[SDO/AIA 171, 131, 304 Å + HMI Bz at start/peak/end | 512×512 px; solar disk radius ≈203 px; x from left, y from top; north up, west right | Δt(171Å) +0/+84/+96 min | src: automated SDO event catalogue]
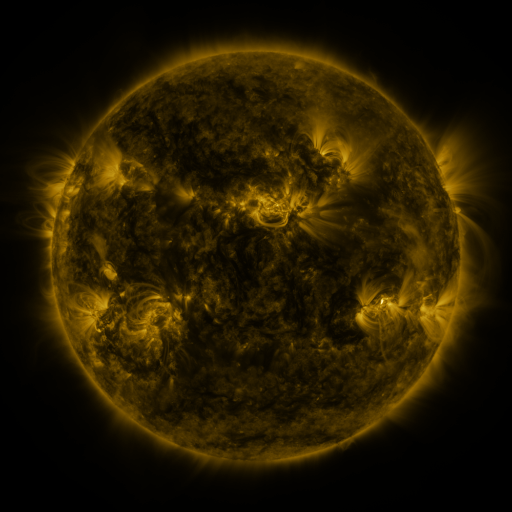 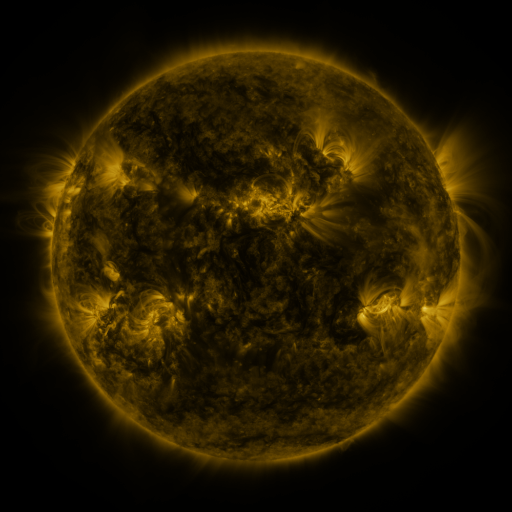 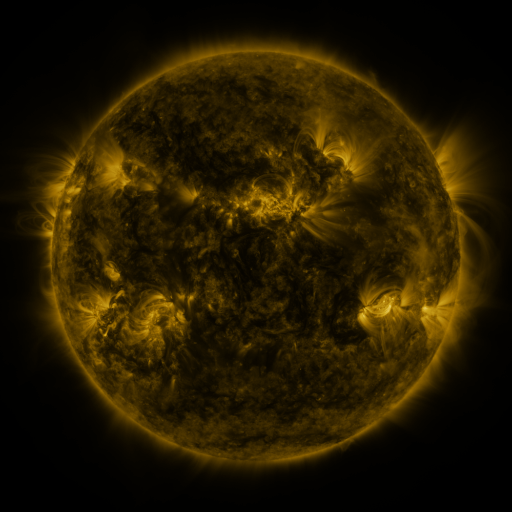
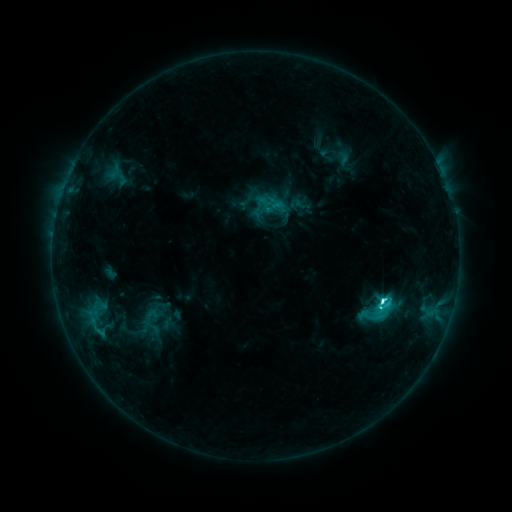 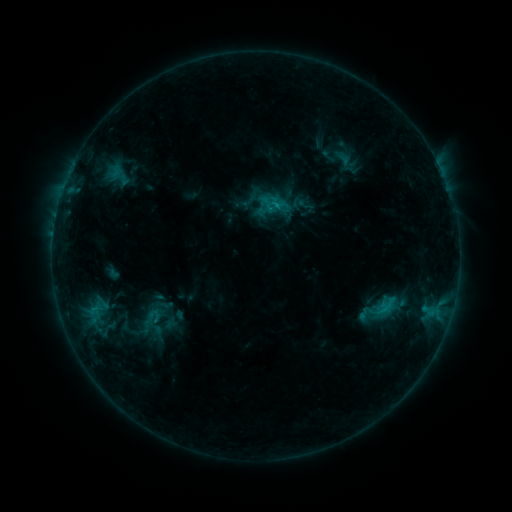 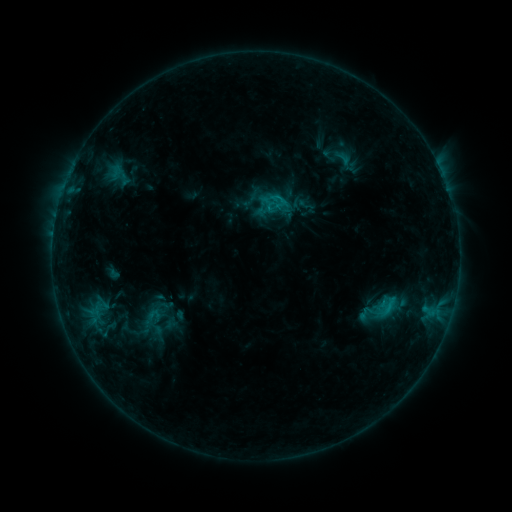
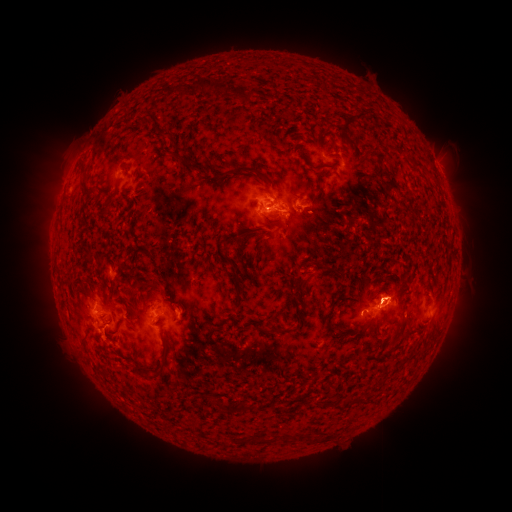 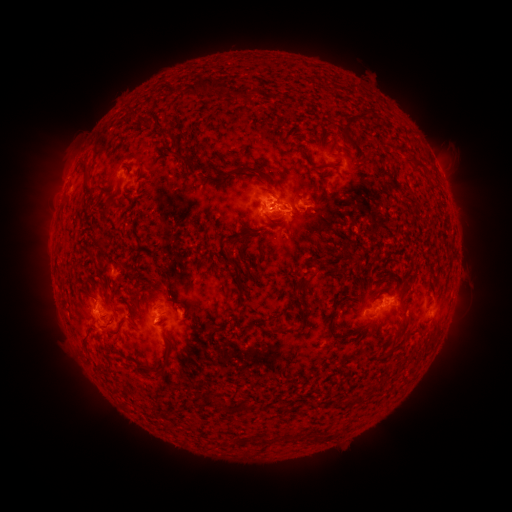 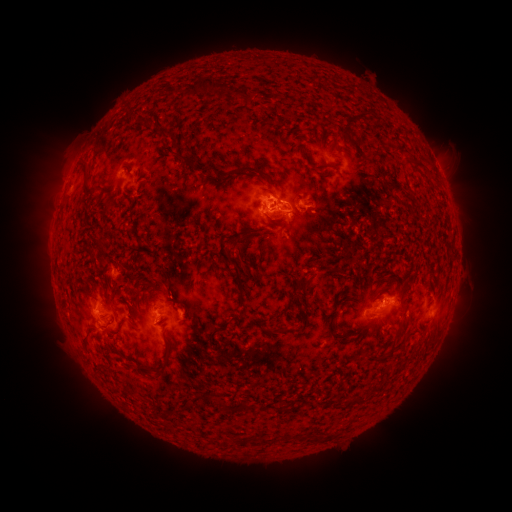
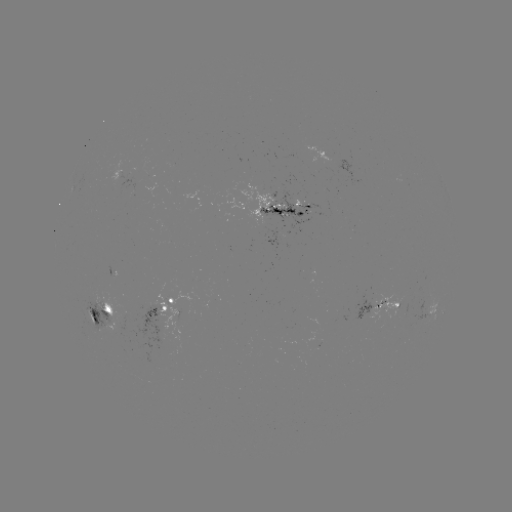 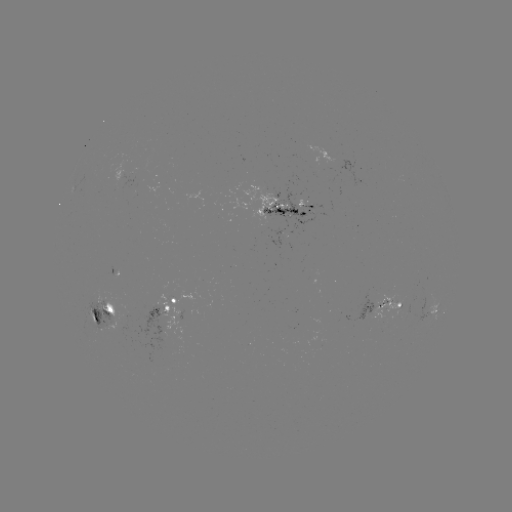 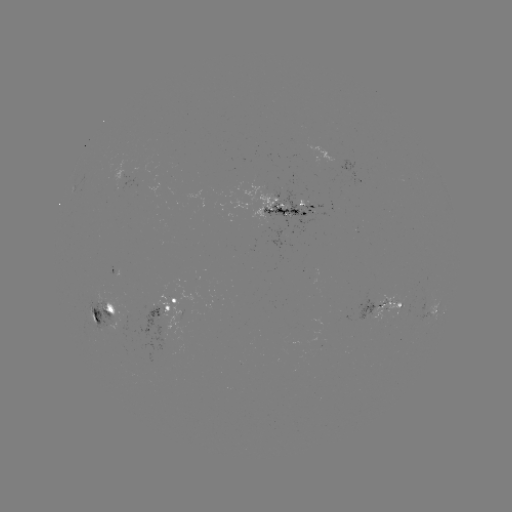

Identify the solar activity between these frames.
emerging-flux region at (166, 311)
